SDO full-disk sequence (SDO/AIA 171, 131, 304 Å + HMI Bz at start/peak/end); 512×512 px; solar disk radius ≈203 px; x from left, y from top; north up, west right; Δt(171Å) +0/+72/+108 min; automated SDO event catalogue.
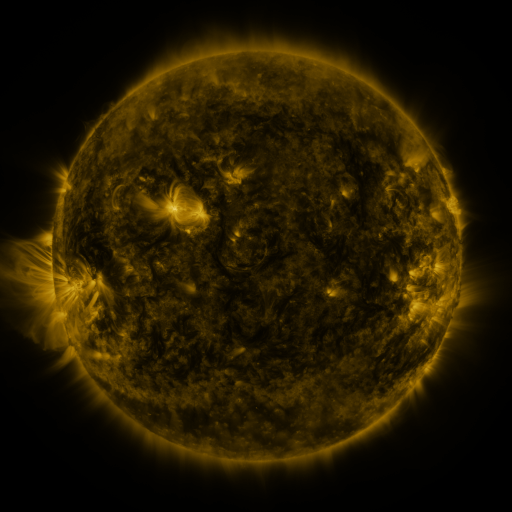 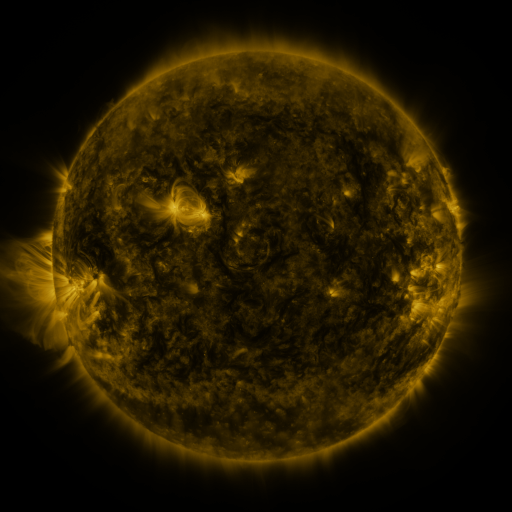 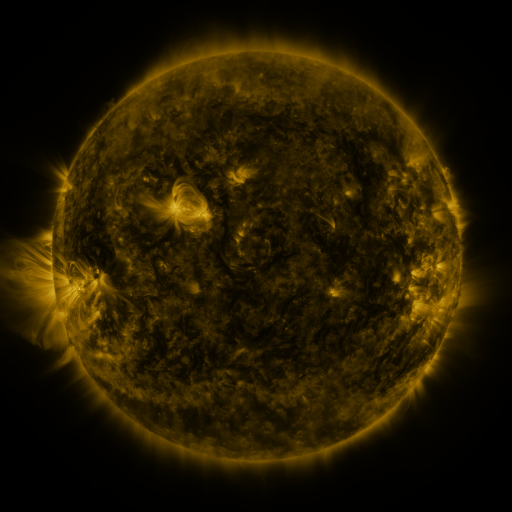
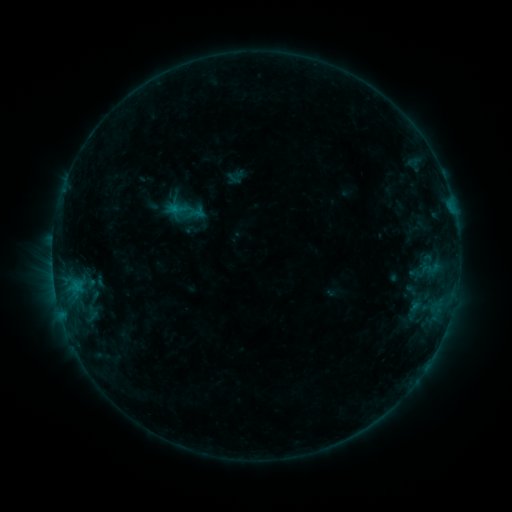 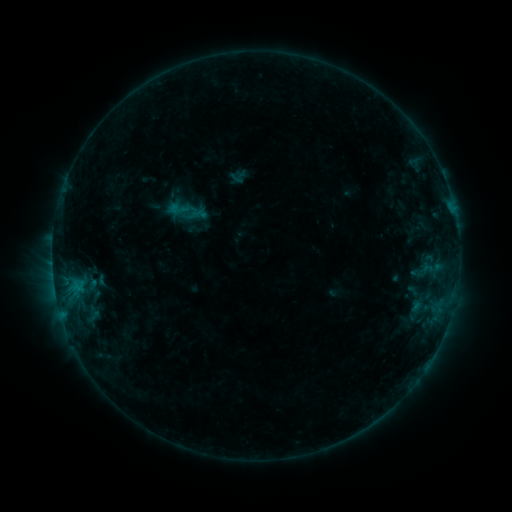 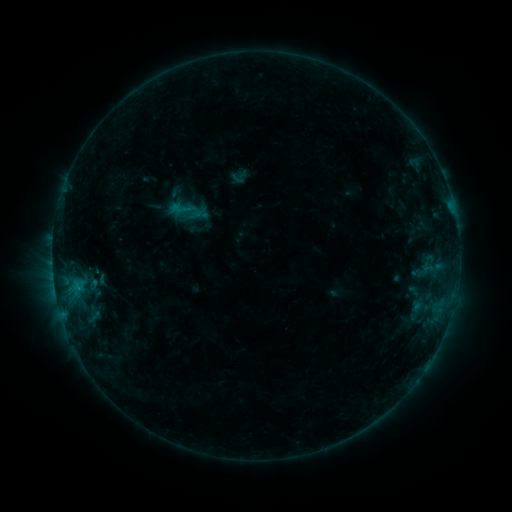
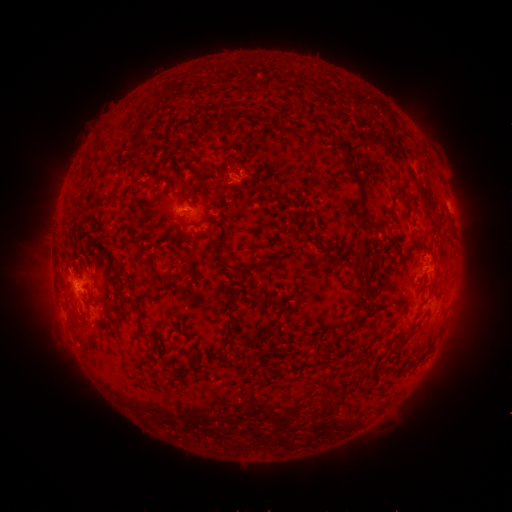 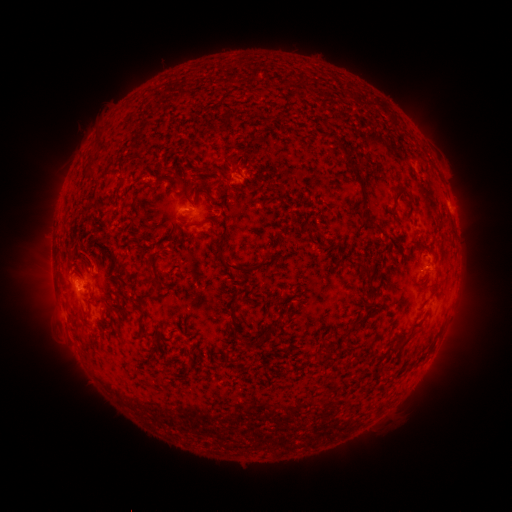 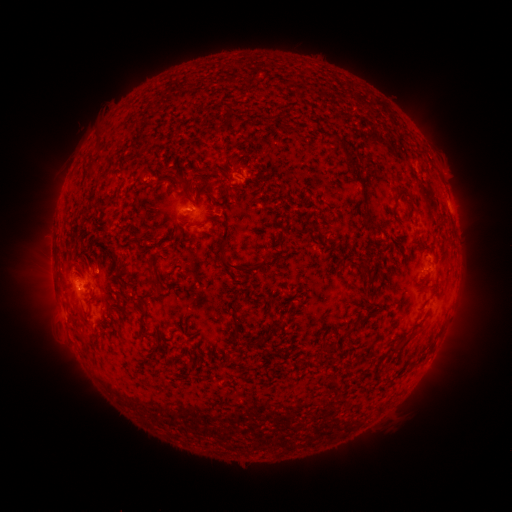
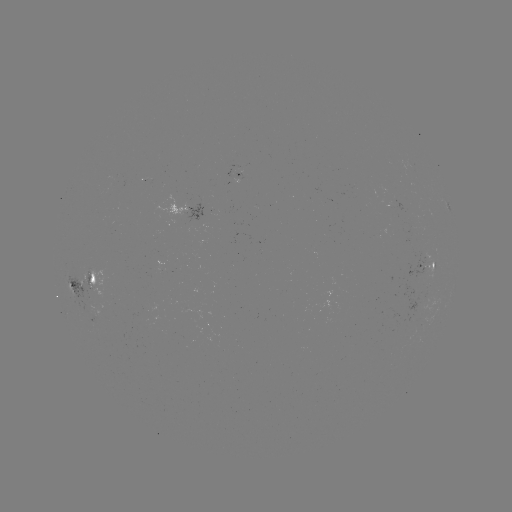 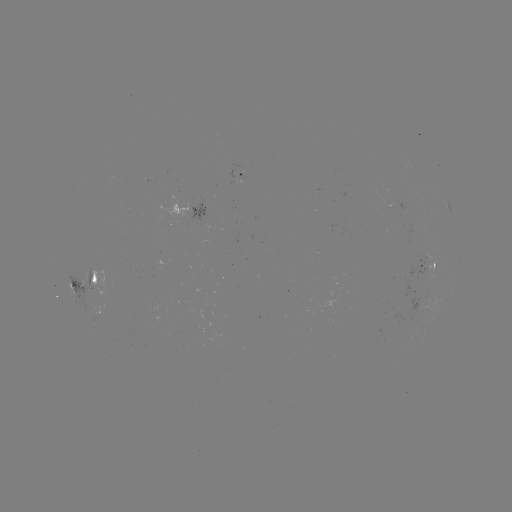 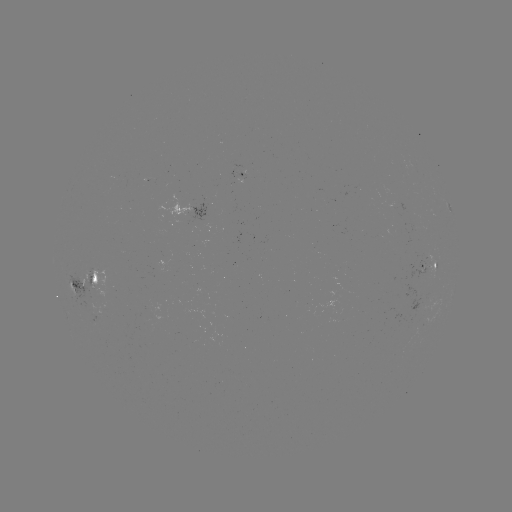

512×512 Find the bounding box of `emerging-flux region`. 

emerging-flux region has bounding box [73, 269, 93, 306].